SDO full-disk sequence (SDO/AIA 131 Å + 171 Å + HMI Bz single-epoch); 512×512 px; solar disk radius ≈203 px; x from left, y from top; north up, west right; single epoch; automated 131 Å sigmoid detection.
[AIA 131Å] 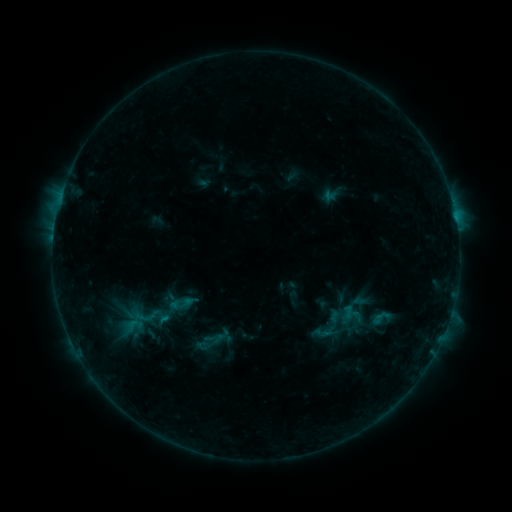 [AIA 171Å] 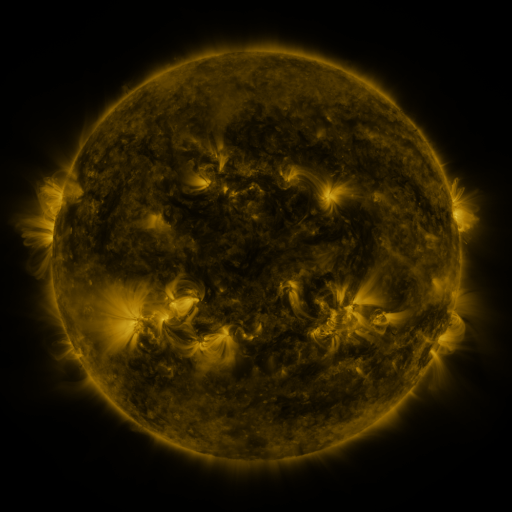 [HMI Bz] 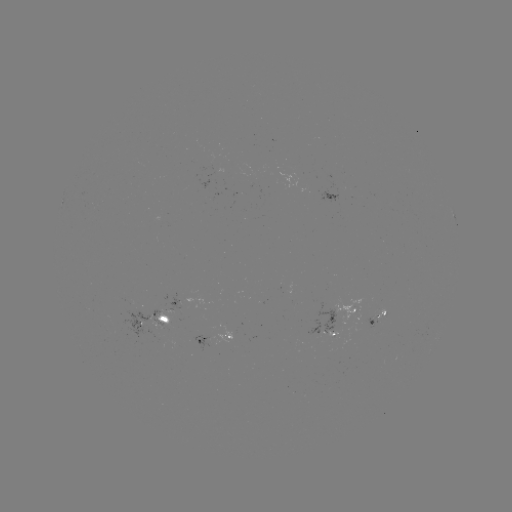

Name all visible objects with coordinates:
sigmoid: (346, 313)
sigmoid: (144, 320)
